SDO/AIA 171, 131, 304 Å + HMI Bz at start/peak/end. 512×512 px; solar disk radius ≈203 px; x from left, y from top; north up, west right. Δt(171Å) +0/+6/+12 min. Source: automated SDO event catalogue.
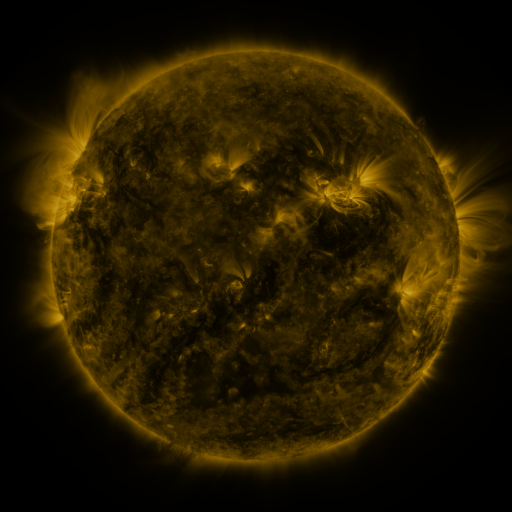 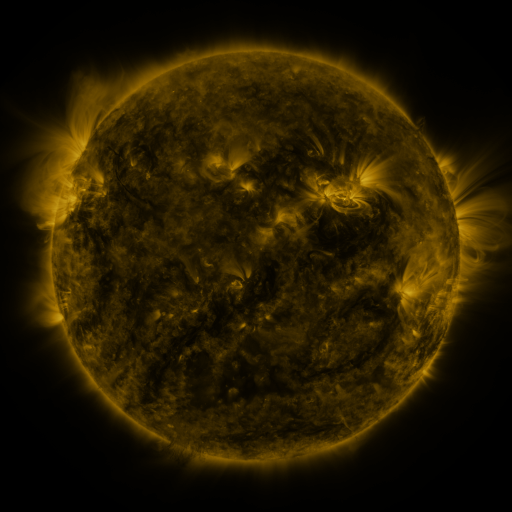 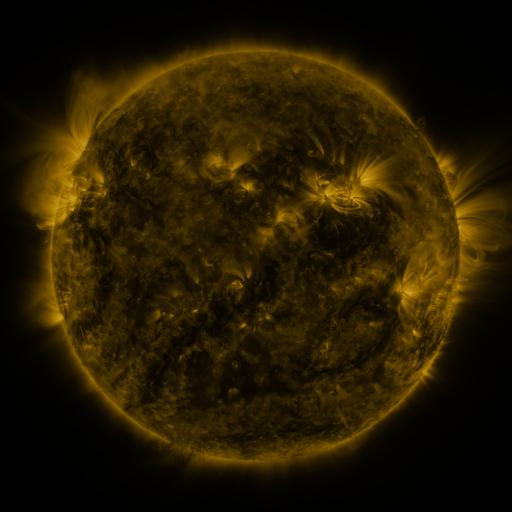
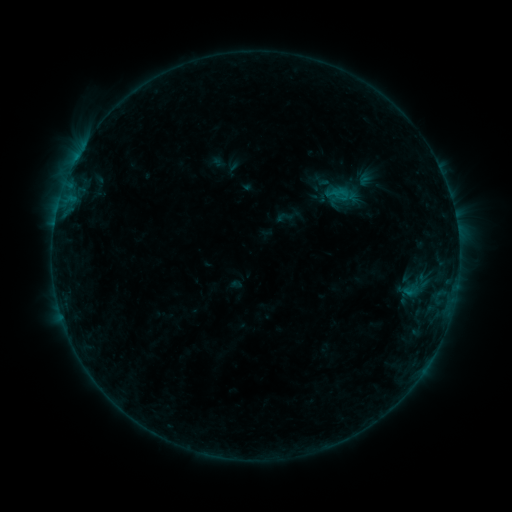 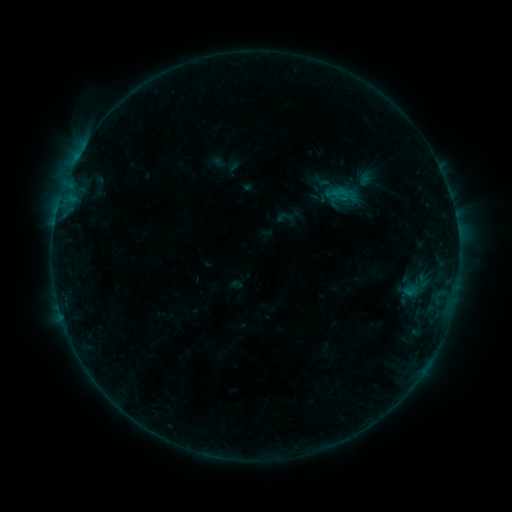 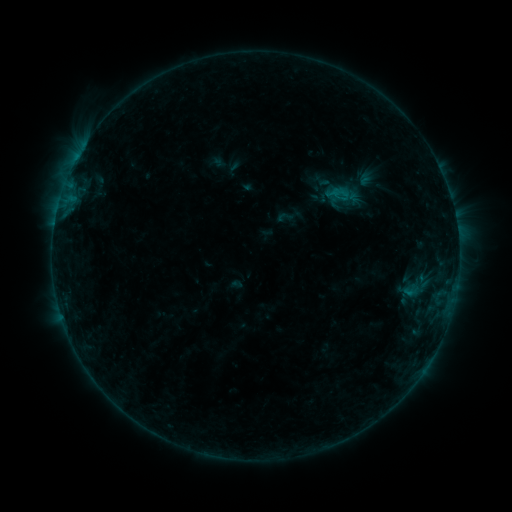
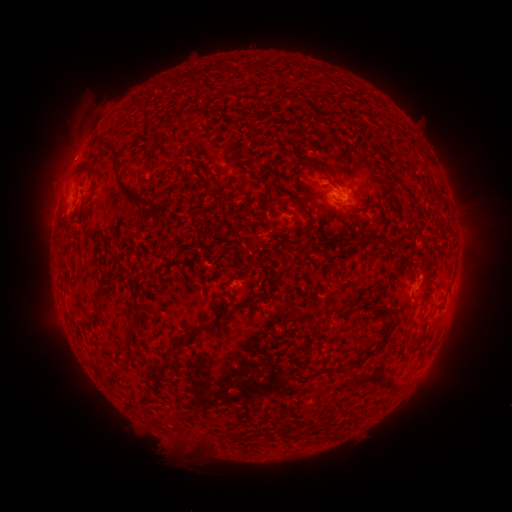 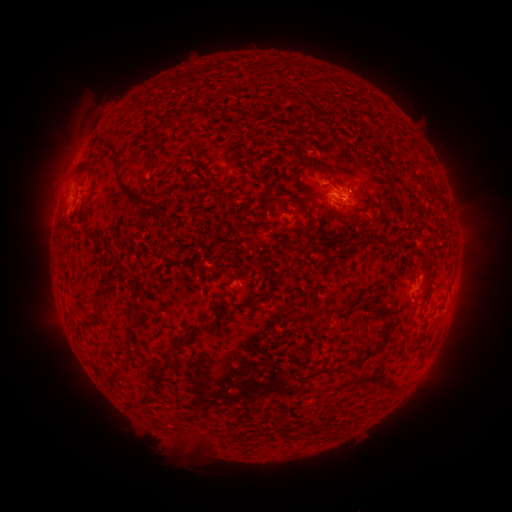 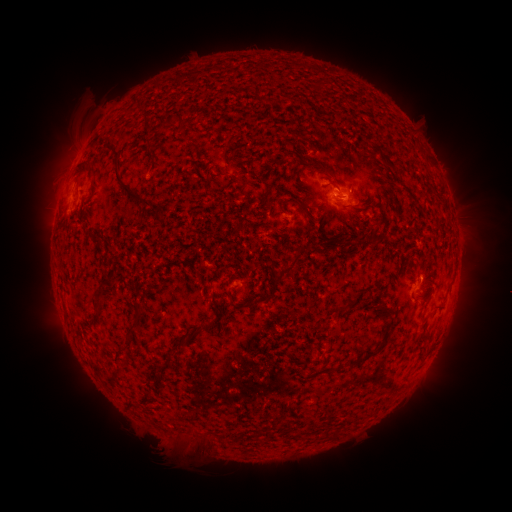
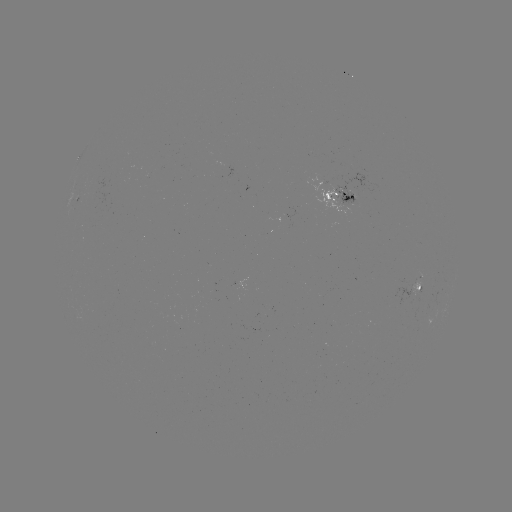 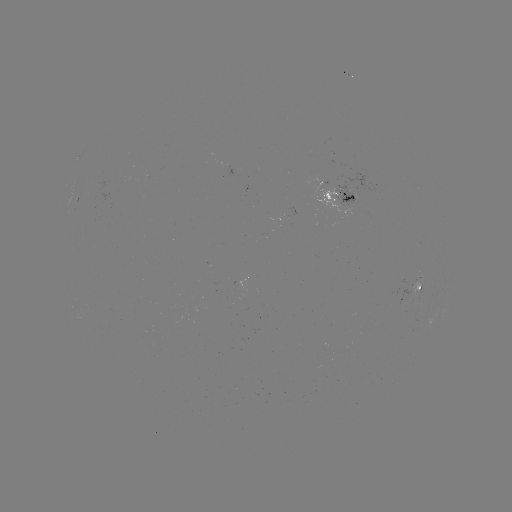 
no classed flare was catalogued and no EUV brightening was flagged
